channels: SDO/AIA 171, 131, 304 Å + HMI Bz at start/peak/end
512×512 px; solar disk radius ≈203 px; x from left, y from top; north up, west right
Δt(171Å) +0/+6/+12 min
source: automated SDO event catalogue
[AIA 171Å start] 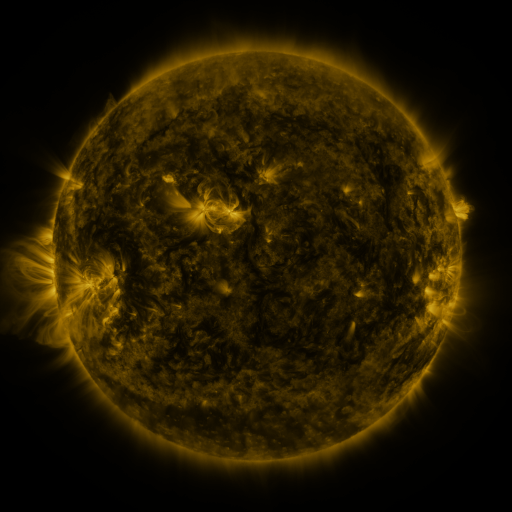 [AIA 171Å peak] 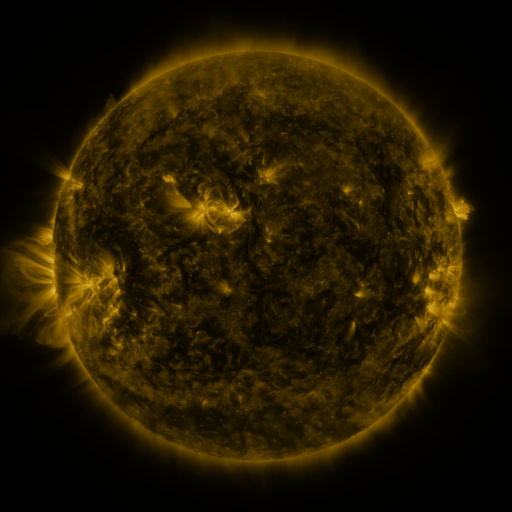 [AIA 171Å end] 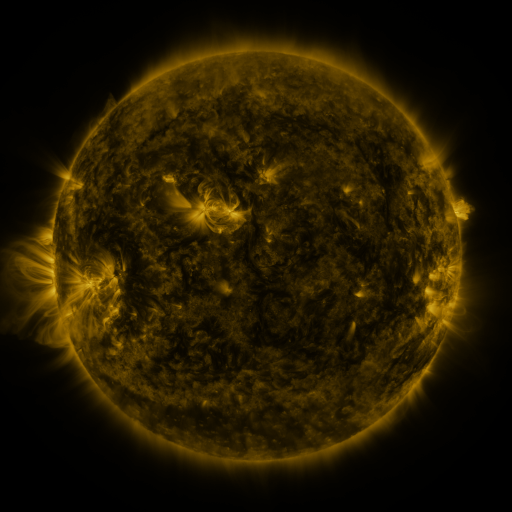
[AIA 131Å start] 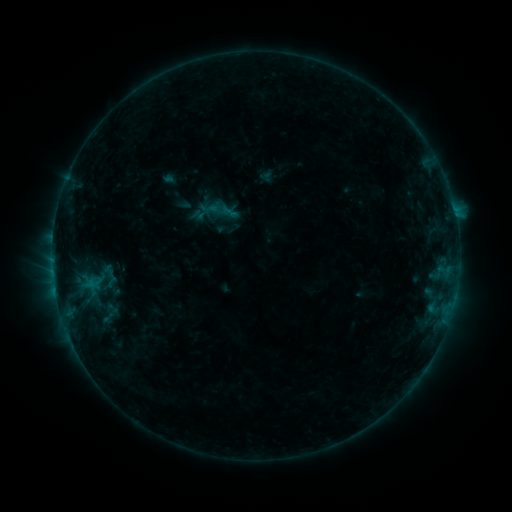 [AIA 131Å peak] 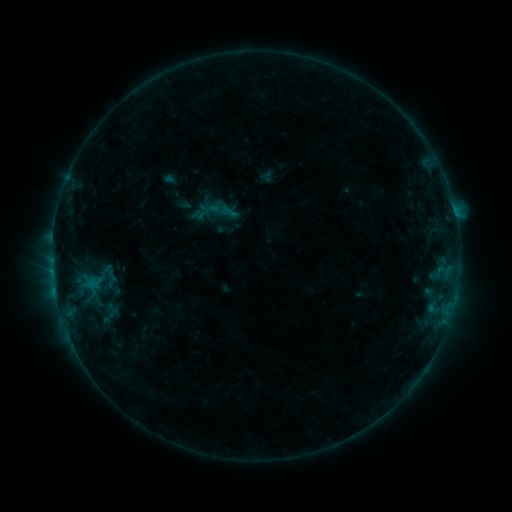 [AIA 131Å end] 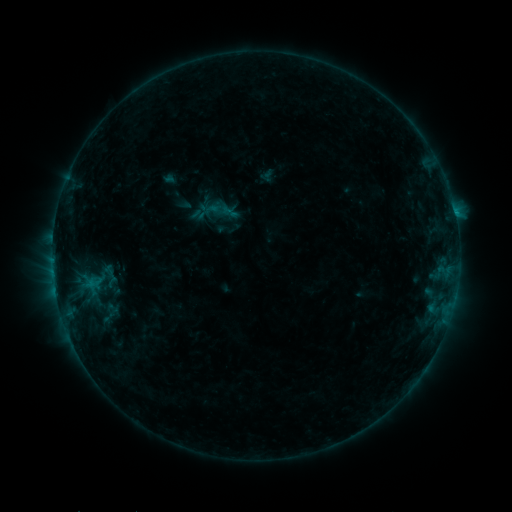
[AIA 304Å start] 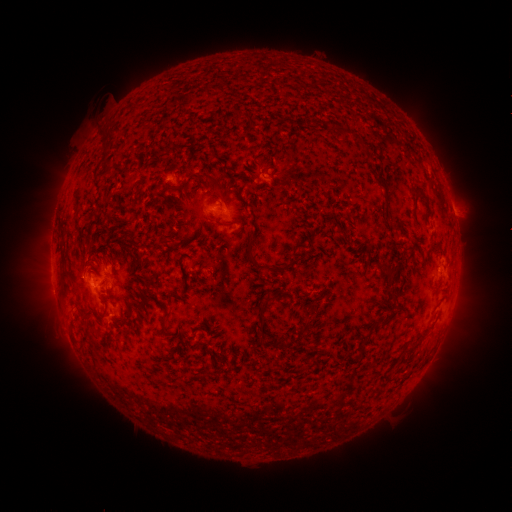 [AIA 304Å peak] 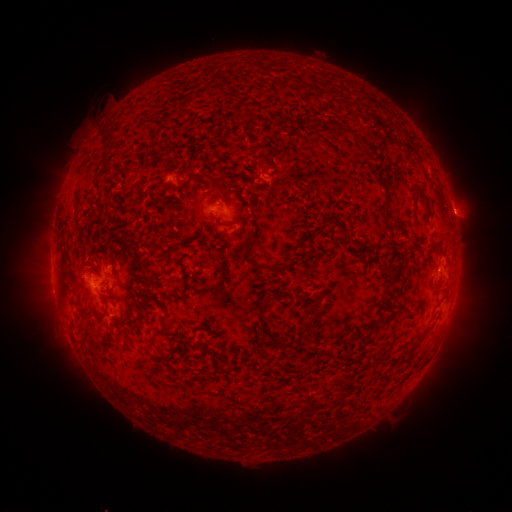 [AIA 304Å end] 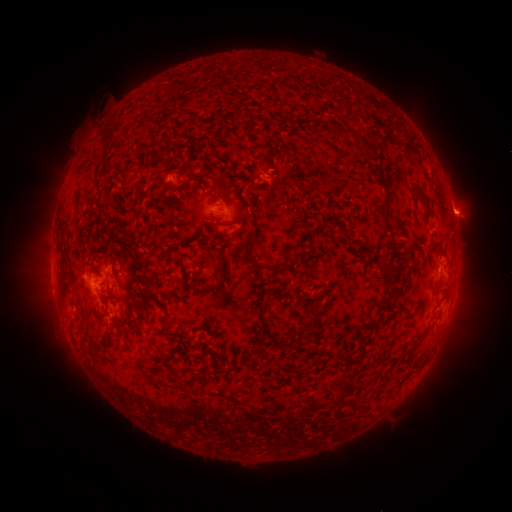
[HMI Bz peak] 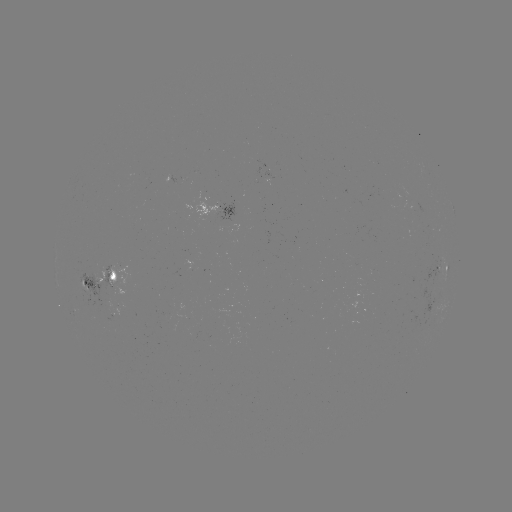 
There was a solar flare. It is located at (55, 287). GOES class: B7.0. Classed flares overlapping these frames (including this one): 2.